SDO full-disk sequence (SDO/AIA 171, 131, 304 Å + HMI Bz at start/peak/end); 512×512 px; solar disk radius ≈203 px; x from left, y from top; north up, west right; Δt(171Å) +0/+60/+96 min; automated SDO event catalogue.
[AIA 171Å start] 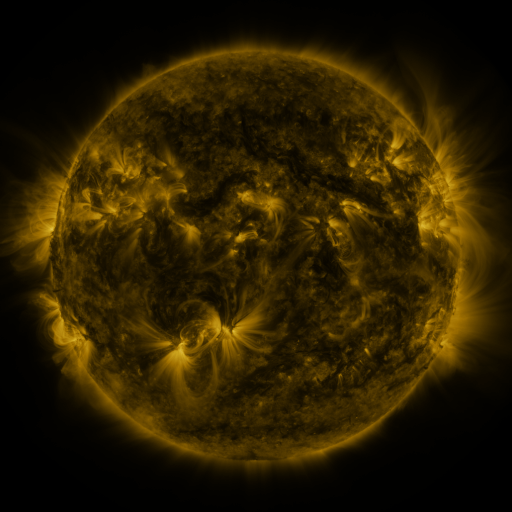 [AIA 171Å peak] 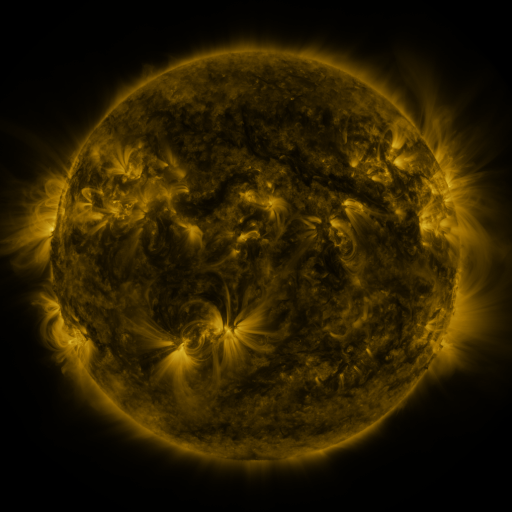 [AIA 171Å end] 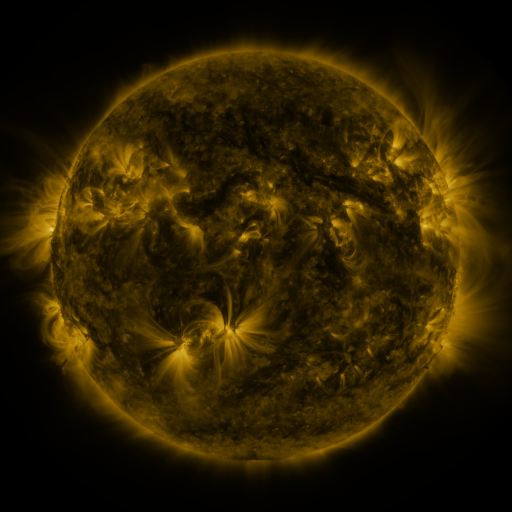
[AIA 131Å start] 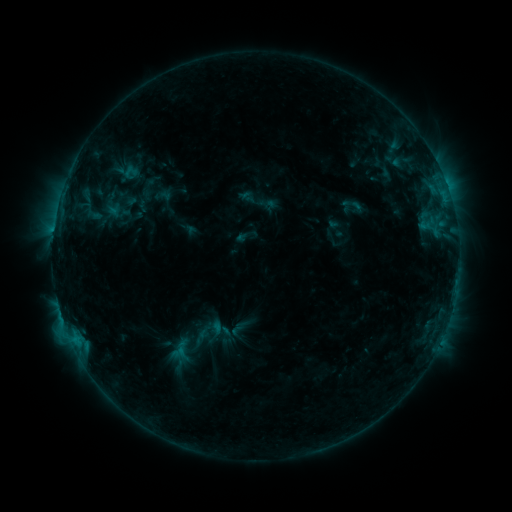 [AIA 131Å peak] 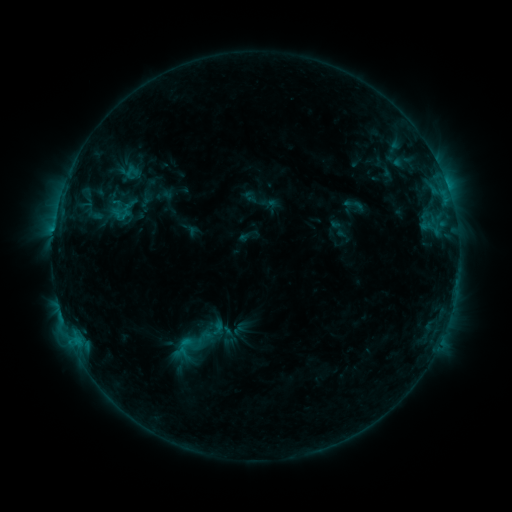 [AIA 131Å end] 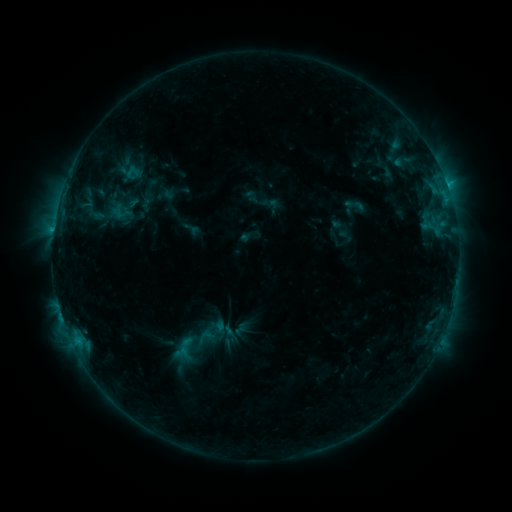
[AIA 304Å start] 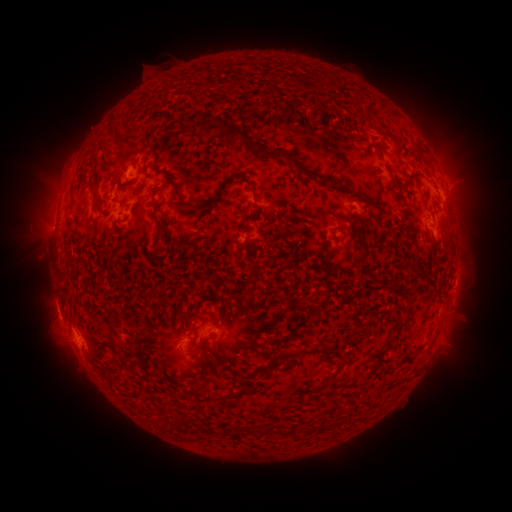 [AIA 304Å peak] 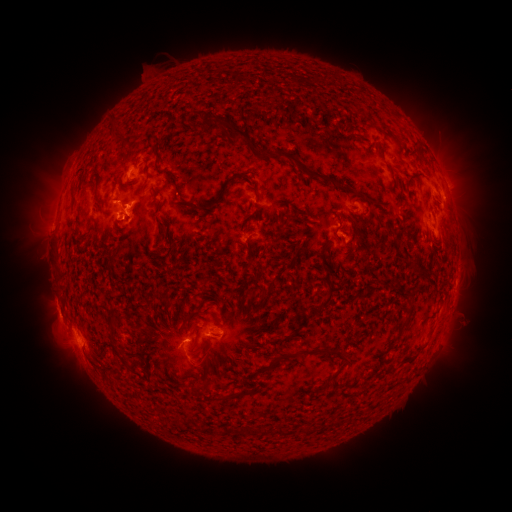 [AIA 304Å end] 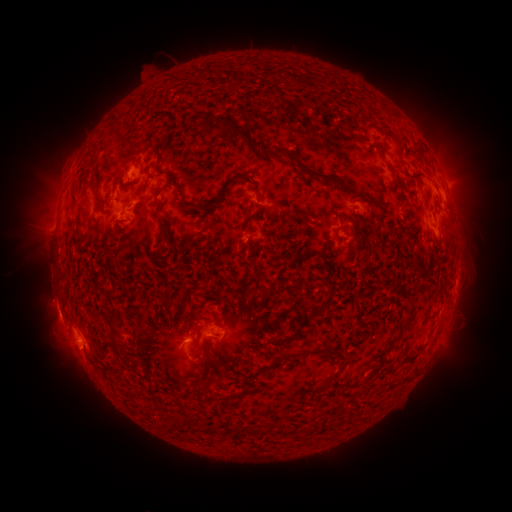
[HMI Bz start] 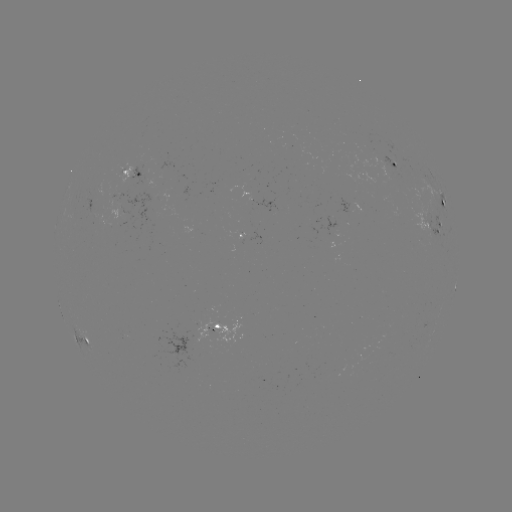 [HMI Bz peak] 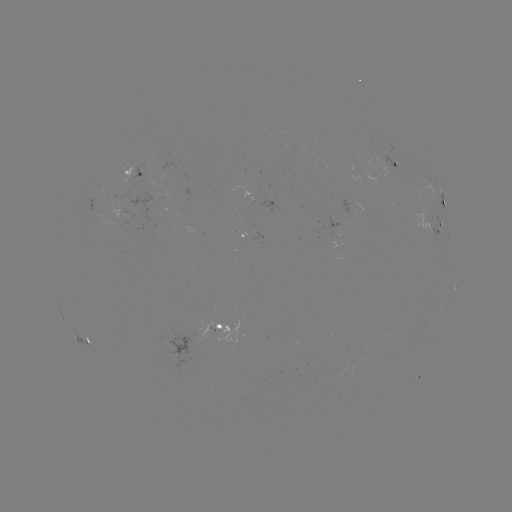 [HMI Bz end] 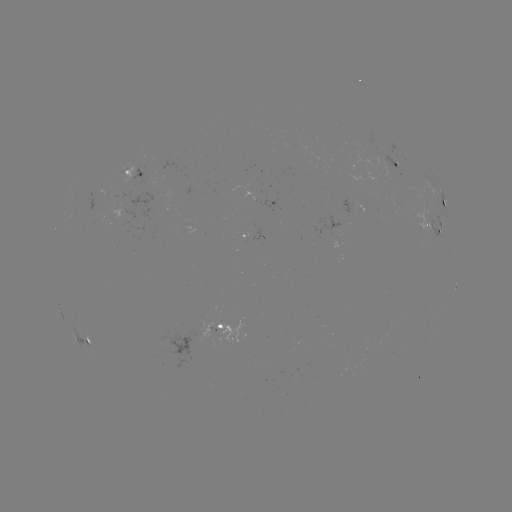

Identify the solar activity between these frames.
emerging-flux region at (397, 212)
